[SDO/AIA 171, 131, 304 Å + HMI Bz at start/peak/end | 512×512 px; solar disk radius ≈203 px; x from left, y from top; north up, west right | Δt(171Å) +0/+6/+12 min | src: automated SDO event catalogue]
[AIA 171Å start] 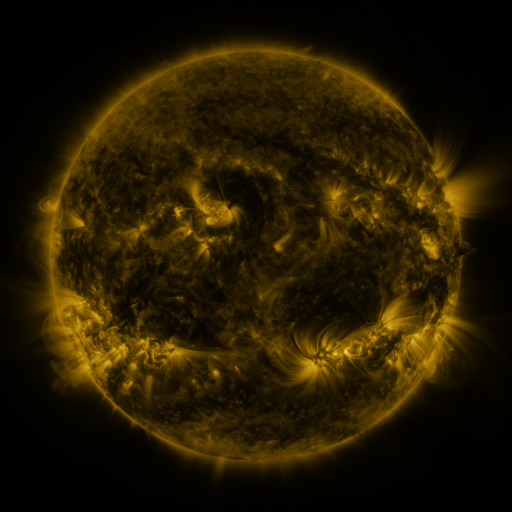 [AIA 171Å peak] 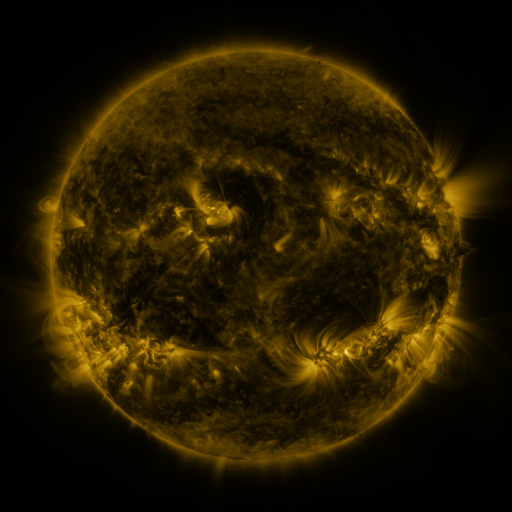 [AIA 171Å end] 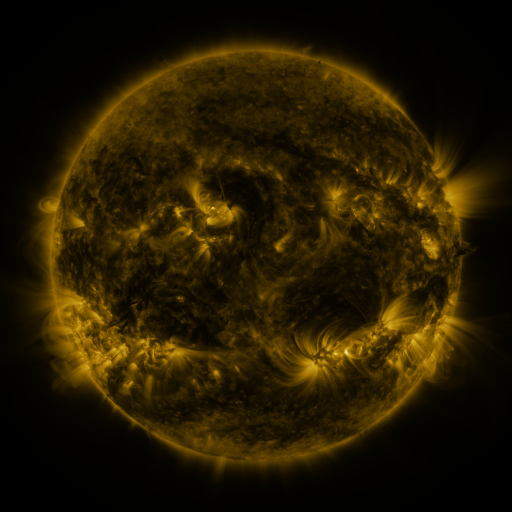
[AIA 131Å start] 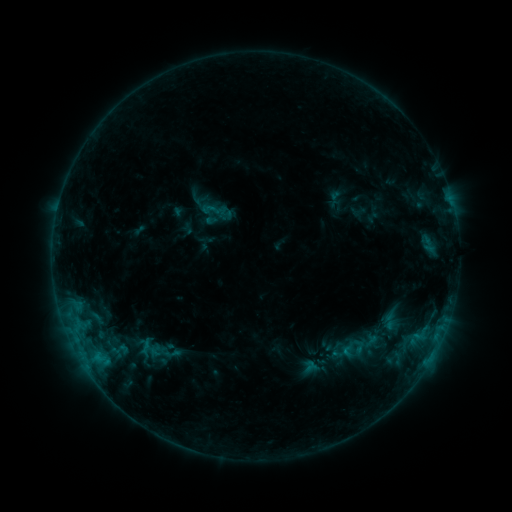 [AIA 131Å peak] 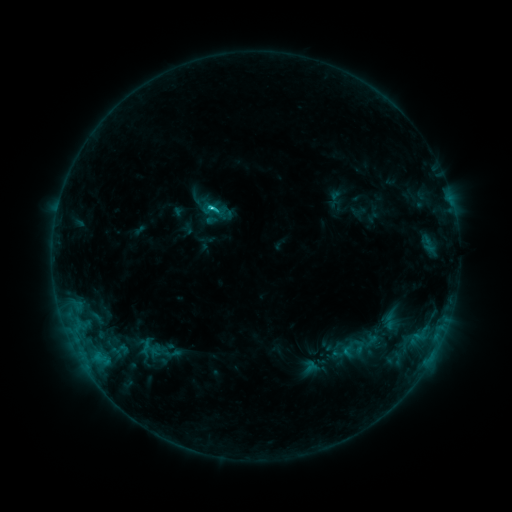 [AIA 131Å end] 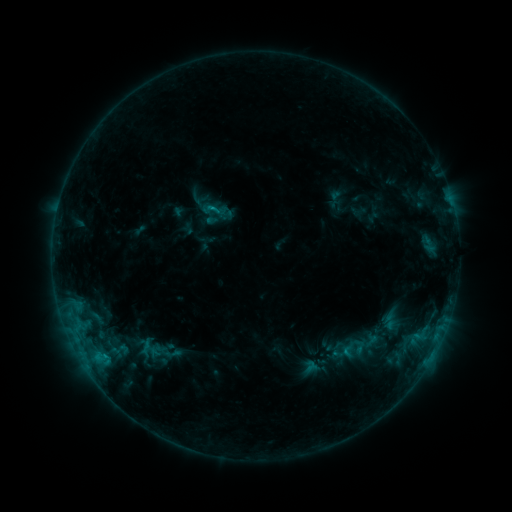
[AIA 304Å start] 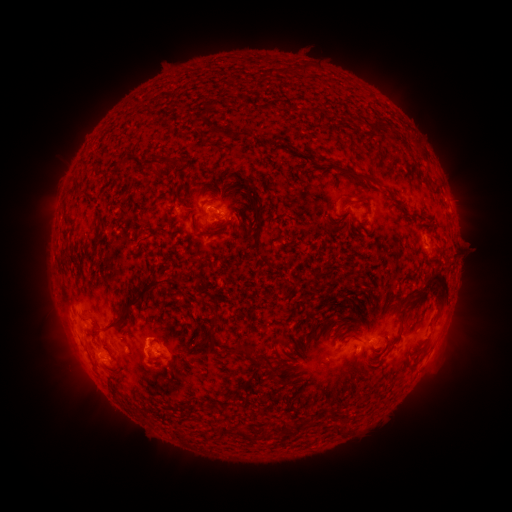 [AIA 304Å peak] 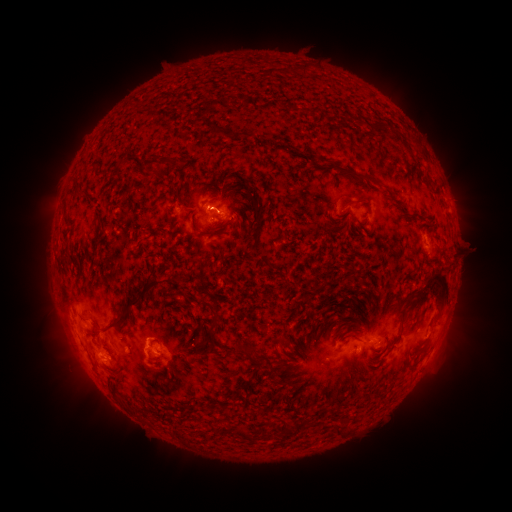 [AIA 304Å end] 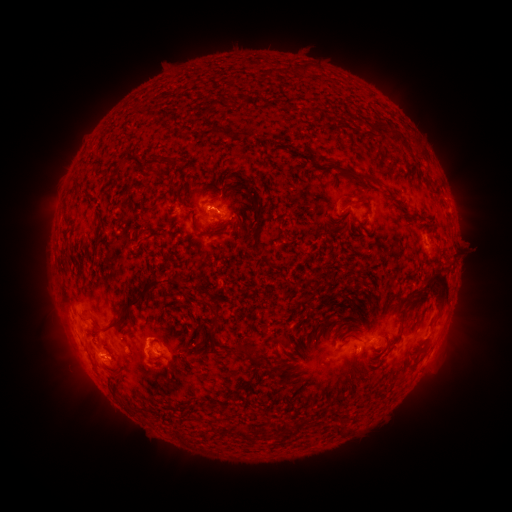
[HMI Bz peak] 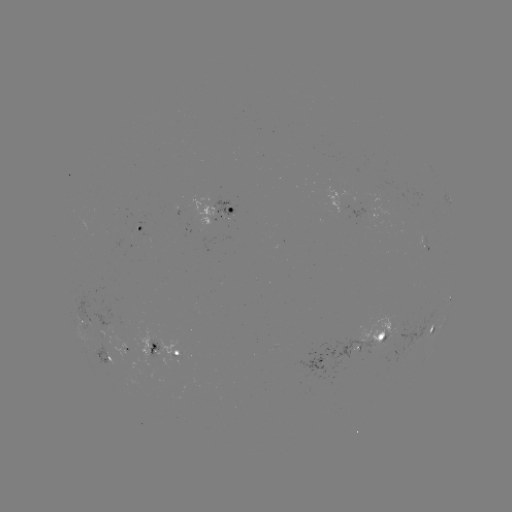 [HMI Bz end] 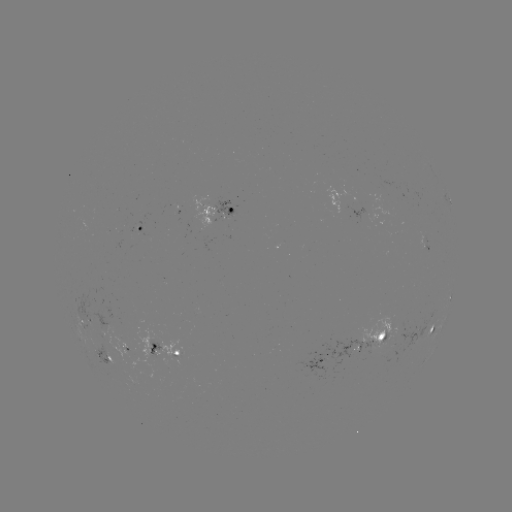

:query C1.3 flare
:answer [212, 209]